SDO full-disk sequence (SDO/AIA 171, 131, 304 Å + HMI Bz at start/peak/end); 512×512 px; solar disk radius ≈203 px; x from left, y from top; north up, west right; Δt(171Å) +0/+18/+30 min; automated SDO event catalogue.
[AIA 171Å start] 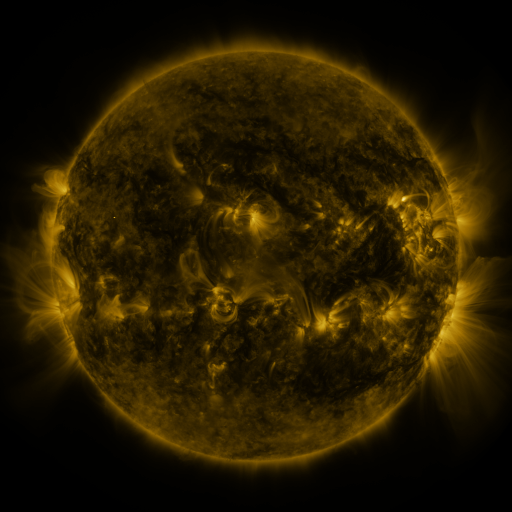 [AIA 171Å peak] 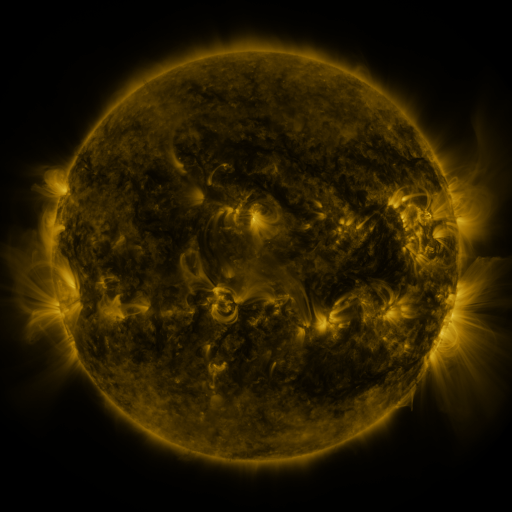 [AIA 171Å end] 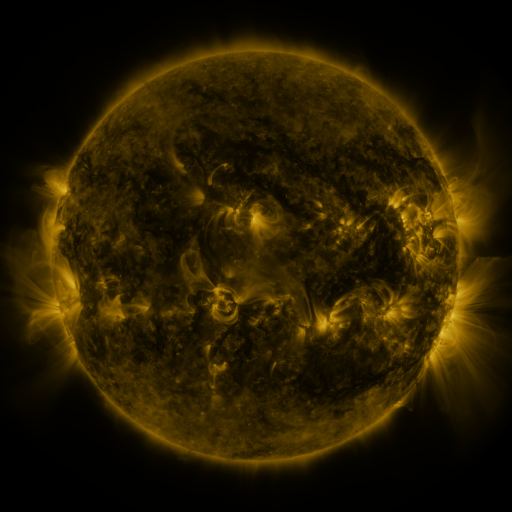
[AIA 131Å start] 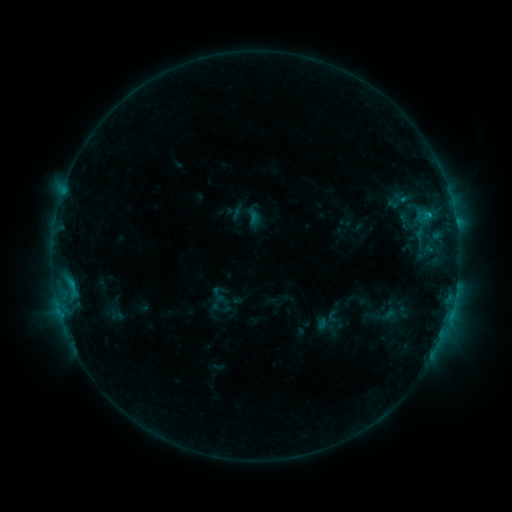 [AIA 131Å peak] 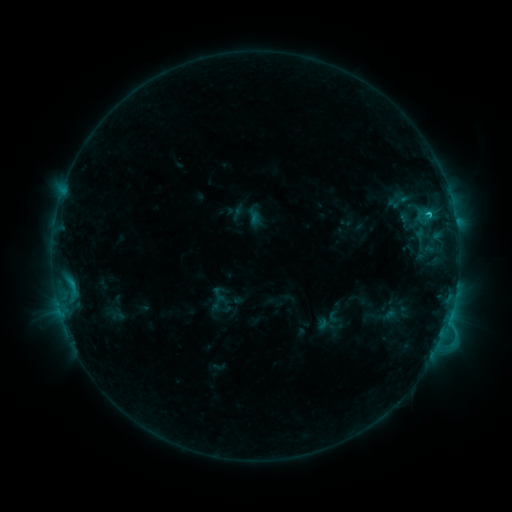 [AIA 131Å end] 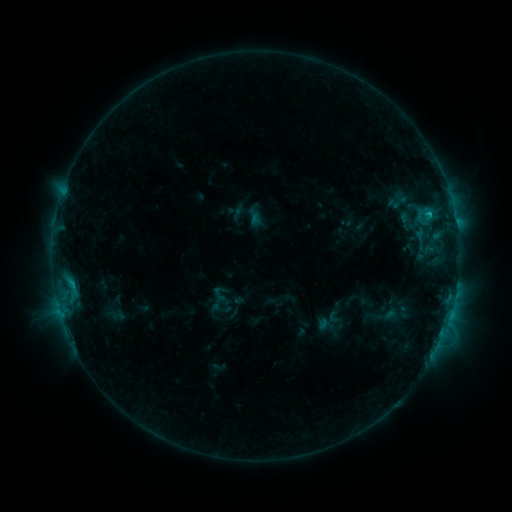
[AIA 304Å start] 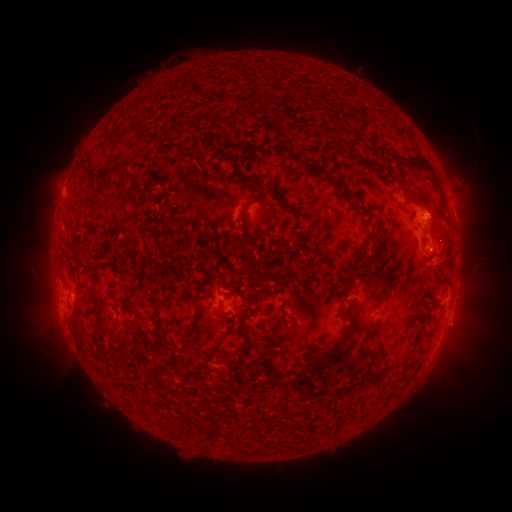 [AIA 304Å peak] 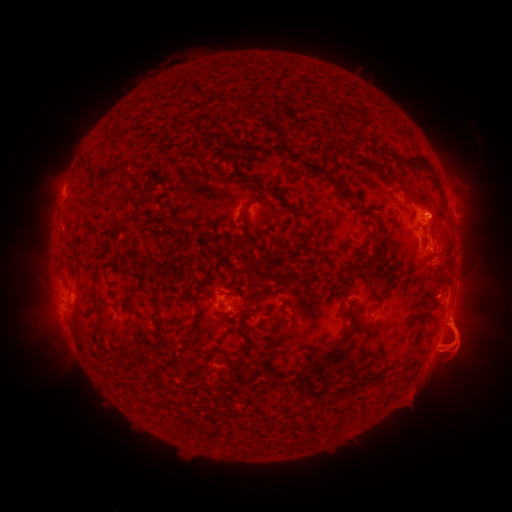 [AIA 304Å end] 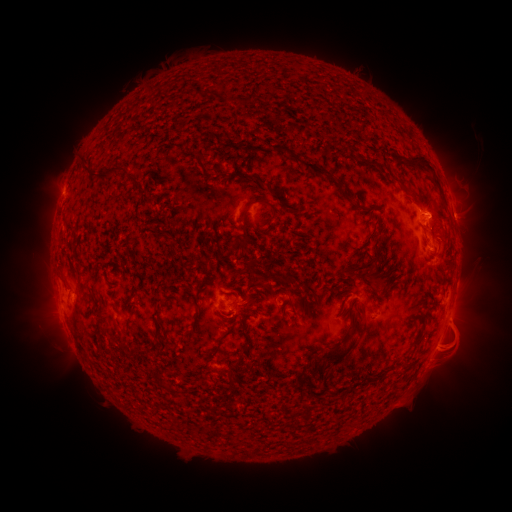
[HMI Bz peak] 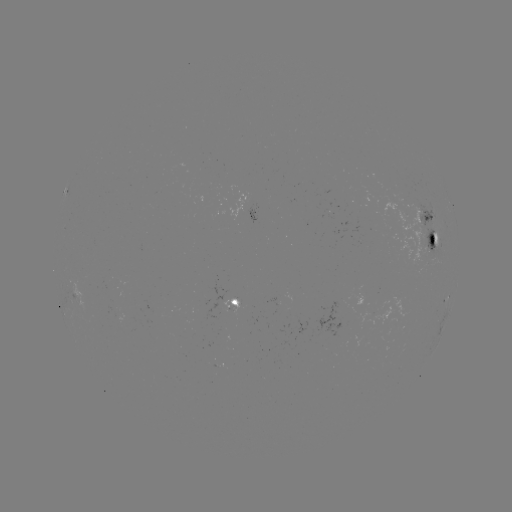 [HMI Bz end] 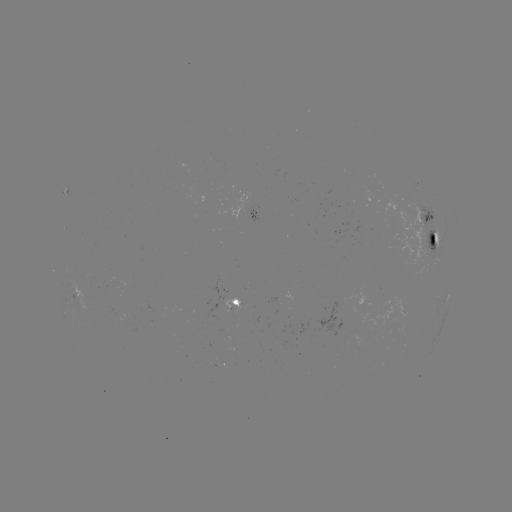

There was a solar eruption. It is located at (456, 359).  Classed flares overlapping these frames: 1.